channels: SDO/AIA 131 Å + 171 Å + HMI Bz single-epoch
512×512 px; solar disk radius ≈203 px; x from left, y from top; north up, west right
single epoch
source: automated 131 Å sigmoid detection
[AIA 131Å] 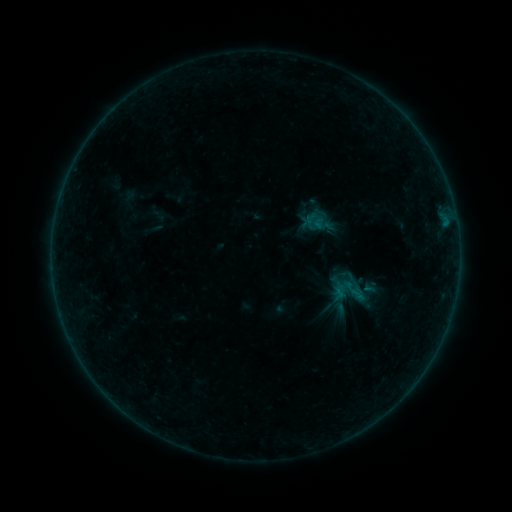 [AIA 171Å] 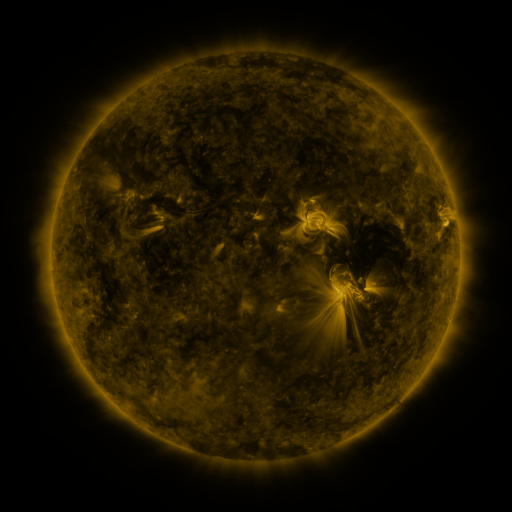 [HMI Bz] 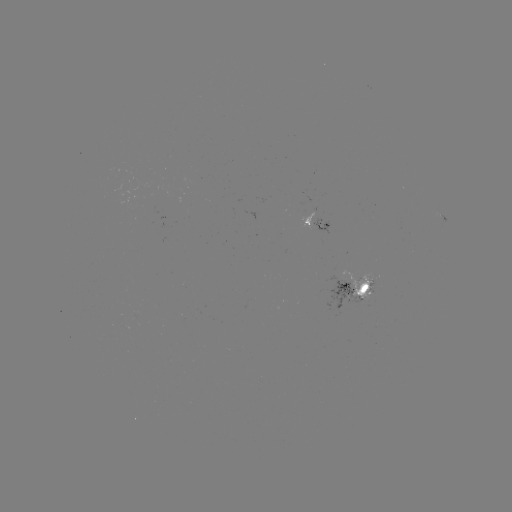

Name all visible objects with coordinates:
sigmoid: [328, 266, 373, 312]
